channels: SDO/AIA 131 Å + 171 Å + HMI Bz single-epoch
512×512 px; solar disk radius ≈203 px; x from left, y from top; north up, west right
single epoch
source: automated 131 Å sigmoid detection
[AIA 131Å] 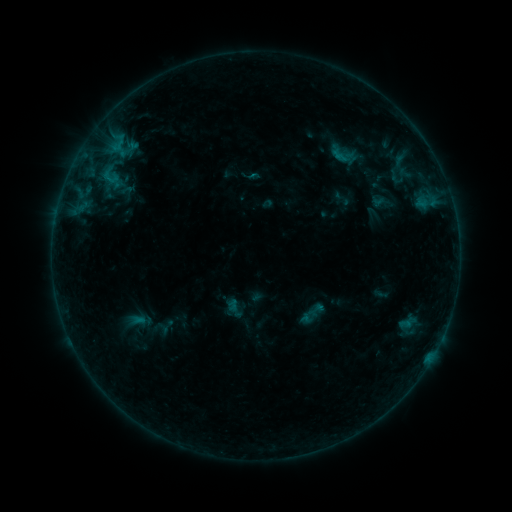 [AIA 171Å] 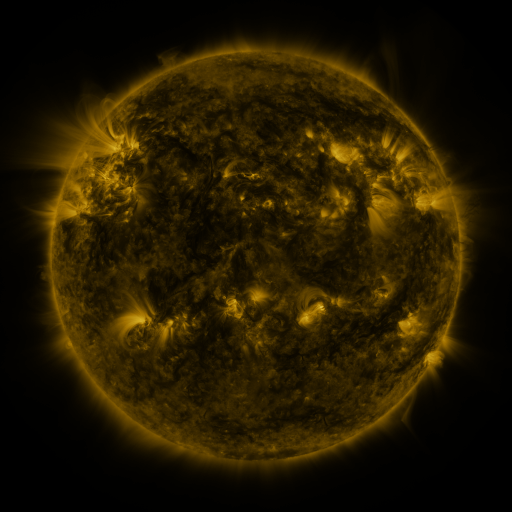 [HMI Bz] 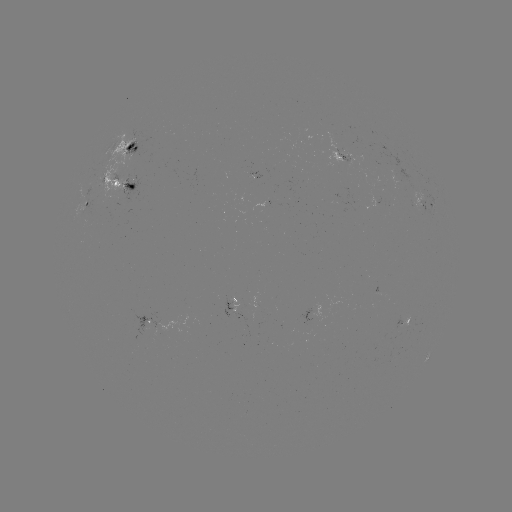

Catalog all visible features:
sigmoid: (342, 154)
sigmoid: (397, 177)
sigmoid: (111, 193)
